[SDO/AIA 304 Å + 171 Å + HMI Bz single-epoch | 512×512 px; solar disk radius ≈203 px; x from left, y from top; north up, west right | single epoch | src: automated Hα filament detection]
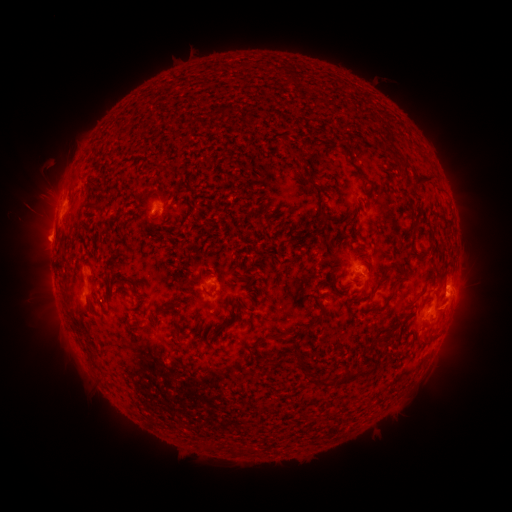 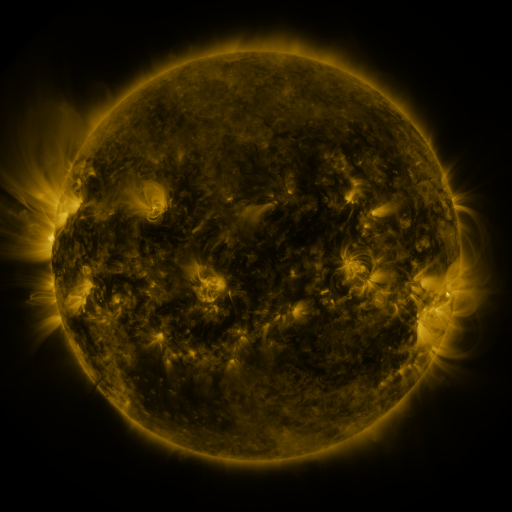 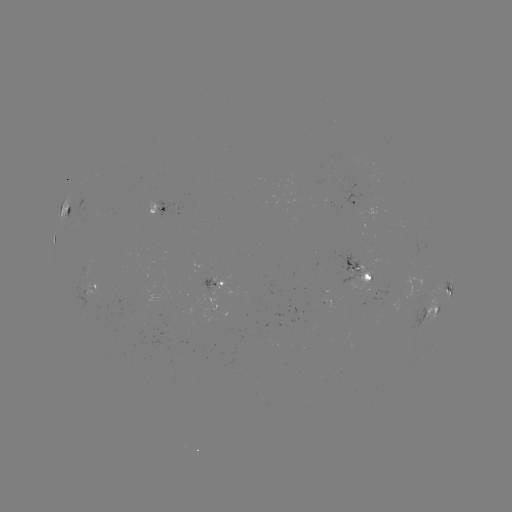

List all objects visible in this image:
filament: (283, 77)
filament: (388, 149)
filament: (422, 176)
filament: (75, 181)
filament: (89, 184)
filament: (98, 210)
filament: (322, 216)
filament: (413, 224)
filament: (414, 251)
filament: (423, 289)
filament: (68, 304)
filament: (250, 309)
filament: (319, 316)
filament: (139, 329)
filament: (92, 358)
filament: (358, 372)
filament: (317, 374)
